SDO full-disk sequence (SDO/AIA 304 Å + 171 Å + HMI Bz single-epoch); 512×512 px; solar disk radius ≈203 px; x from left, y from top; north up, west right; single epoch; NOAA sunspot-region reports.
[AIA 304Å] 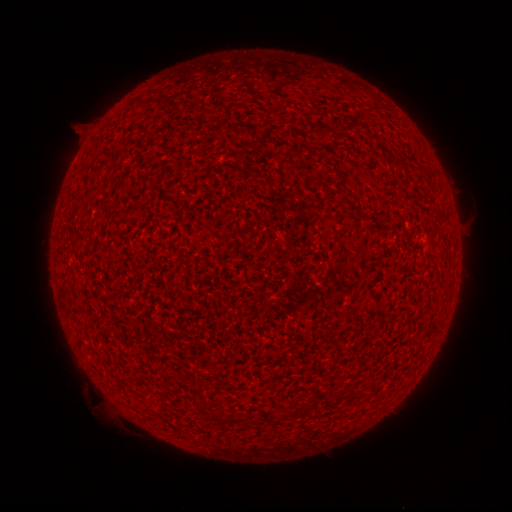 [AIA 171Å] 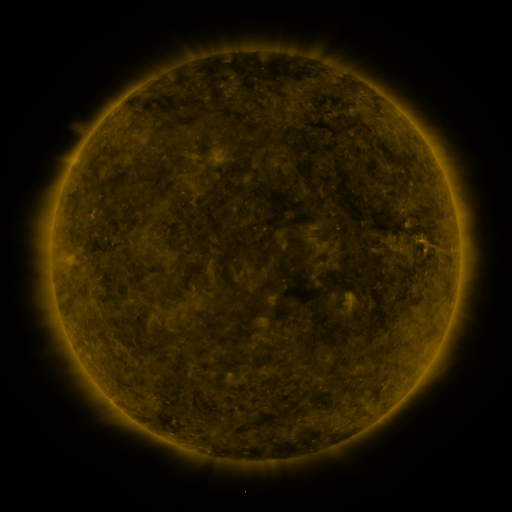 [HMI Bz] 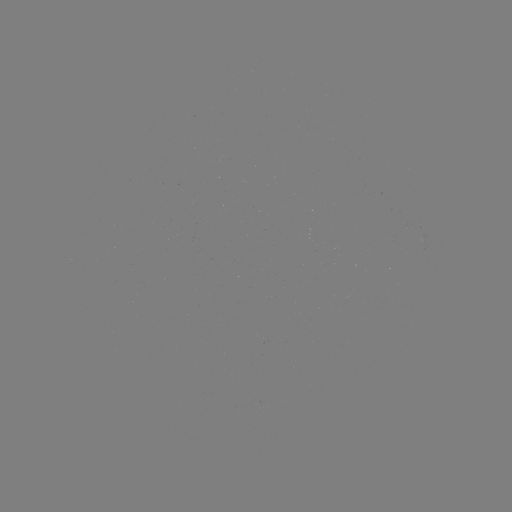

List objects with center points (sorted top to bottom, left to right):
(none)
